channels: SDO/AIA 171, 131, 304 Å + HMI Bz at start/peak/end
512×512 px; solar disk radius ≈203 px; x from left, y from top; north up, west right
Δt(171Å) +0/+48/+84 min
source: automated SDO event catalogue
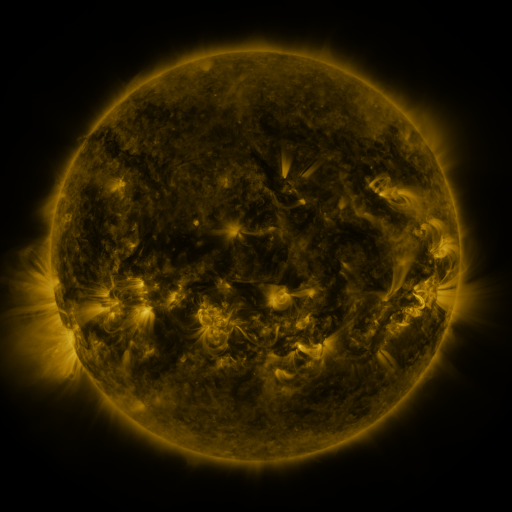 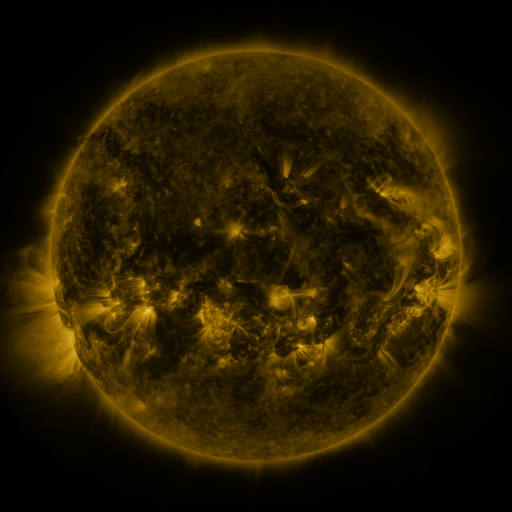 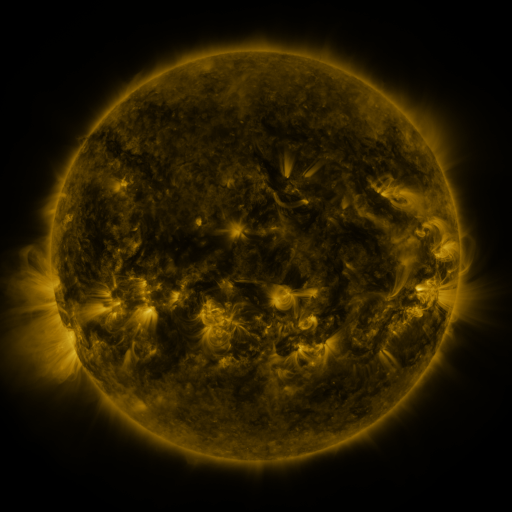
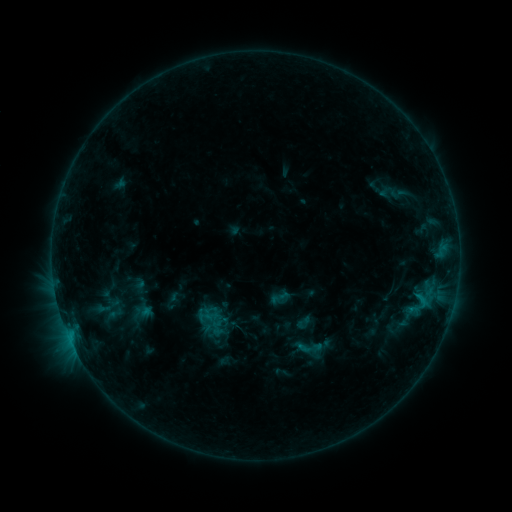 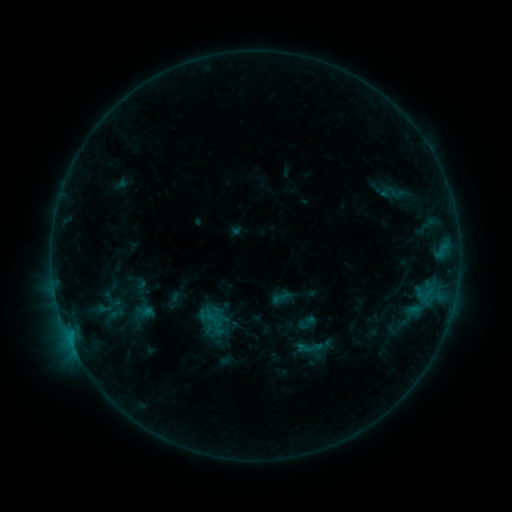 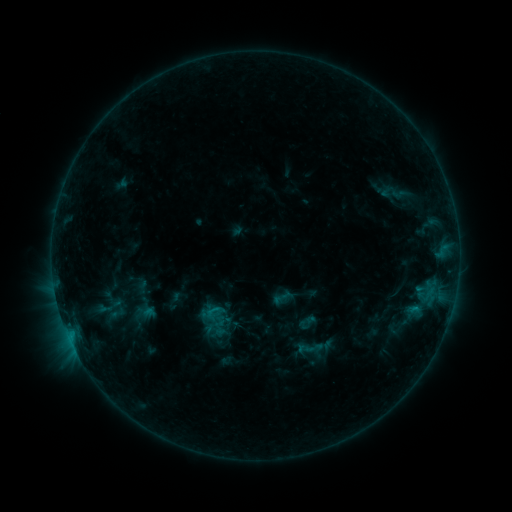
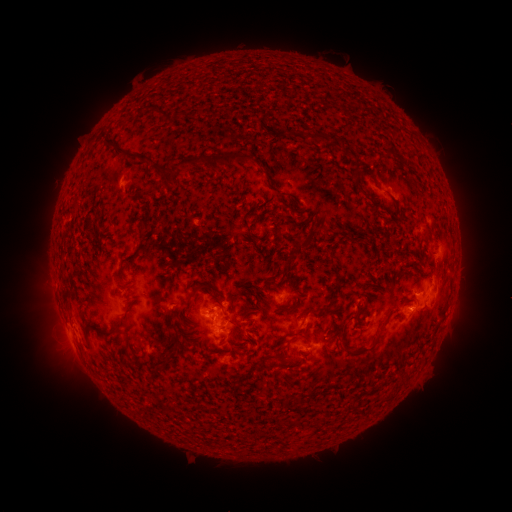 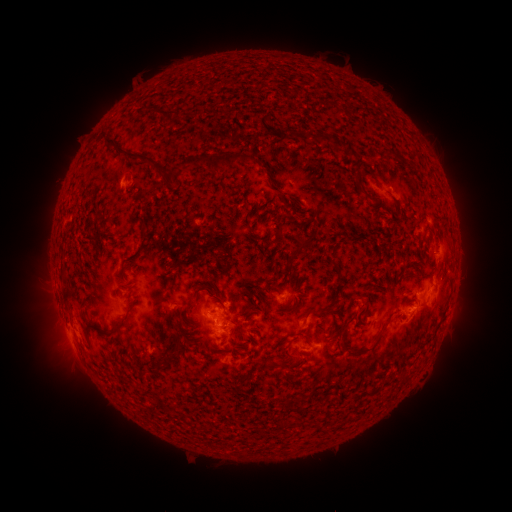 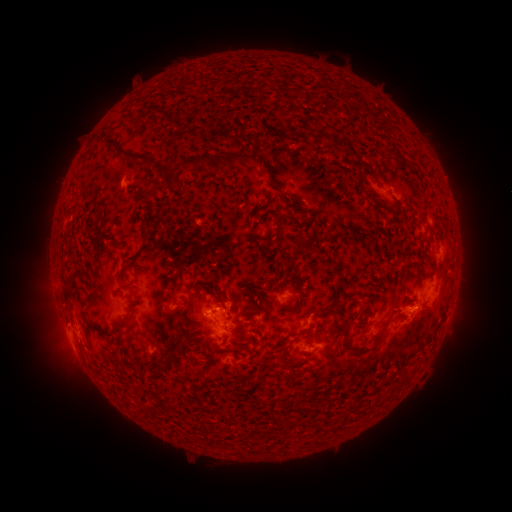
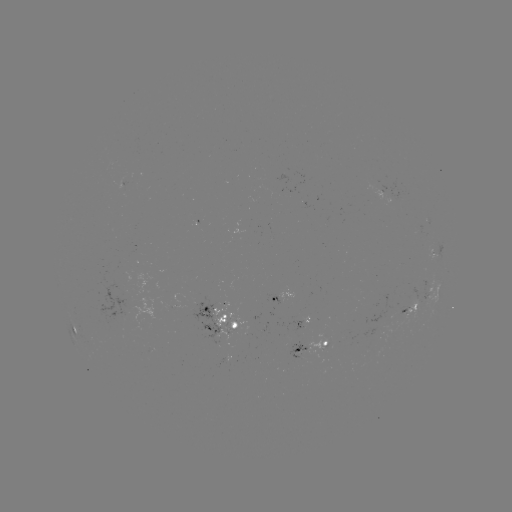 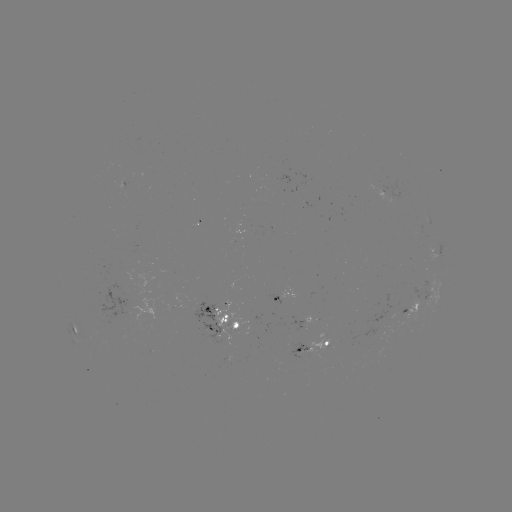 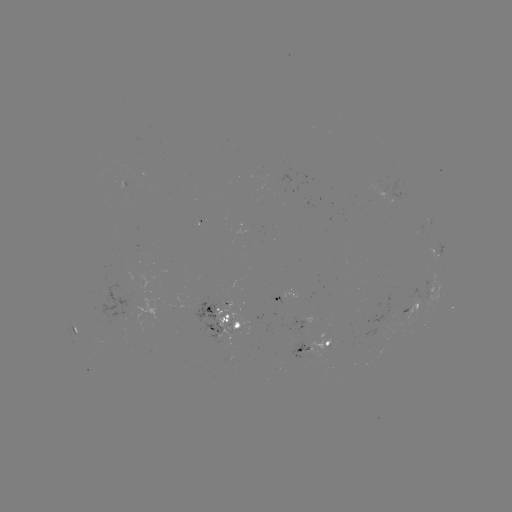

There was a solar emerging-flux region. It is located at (280, 300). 